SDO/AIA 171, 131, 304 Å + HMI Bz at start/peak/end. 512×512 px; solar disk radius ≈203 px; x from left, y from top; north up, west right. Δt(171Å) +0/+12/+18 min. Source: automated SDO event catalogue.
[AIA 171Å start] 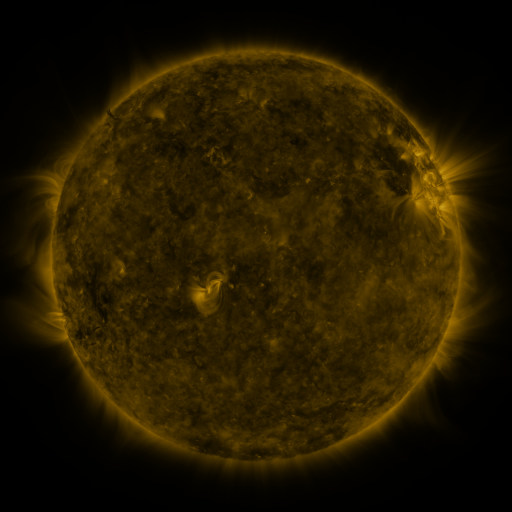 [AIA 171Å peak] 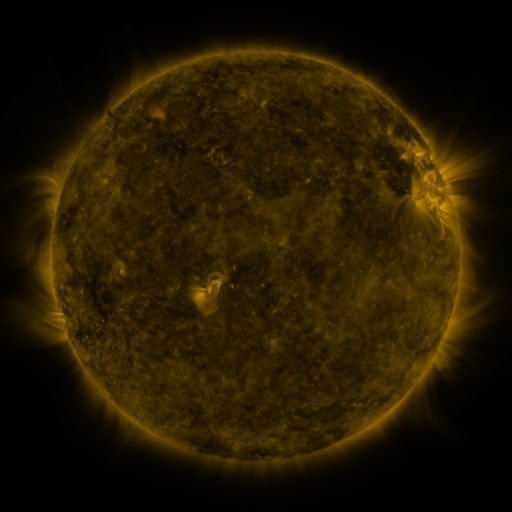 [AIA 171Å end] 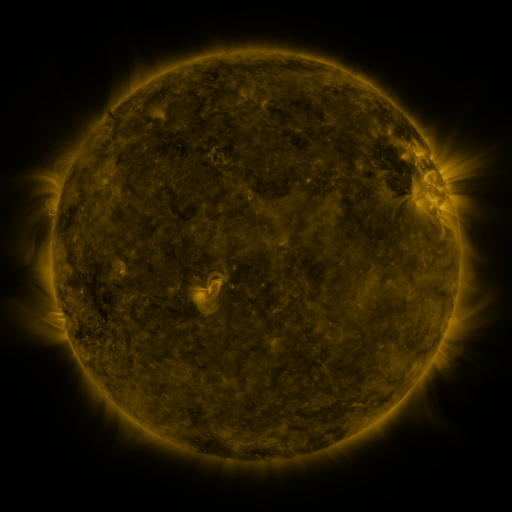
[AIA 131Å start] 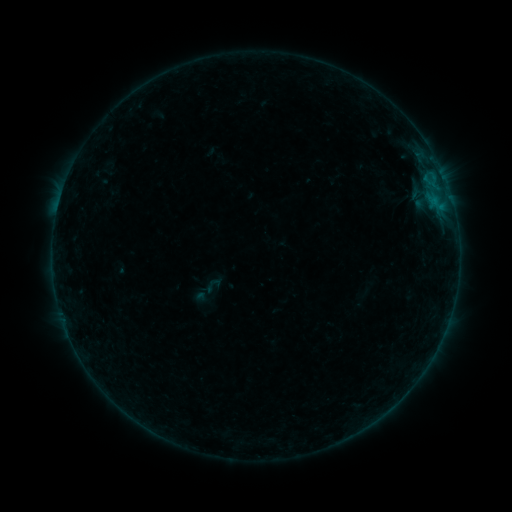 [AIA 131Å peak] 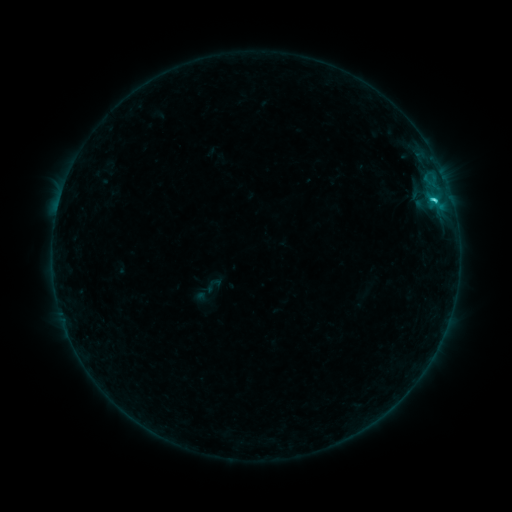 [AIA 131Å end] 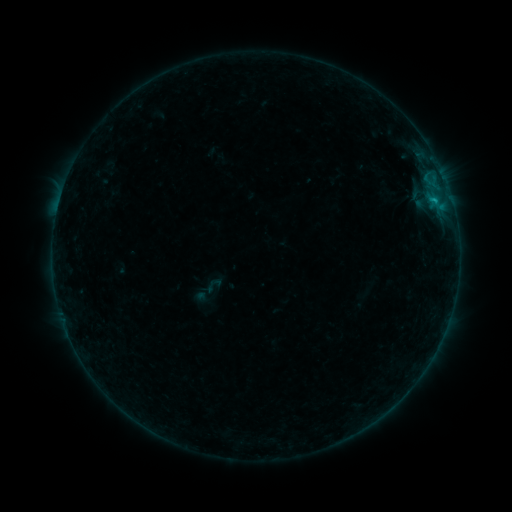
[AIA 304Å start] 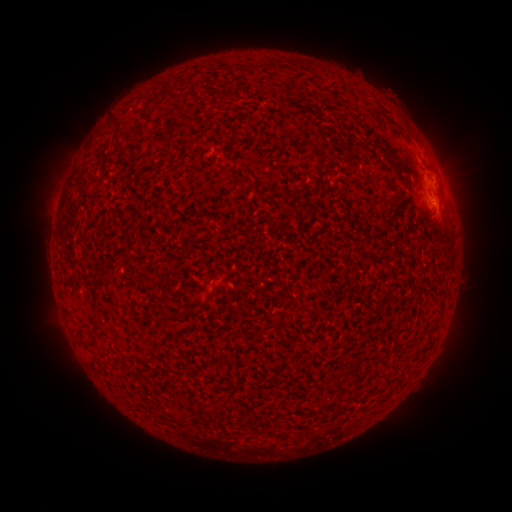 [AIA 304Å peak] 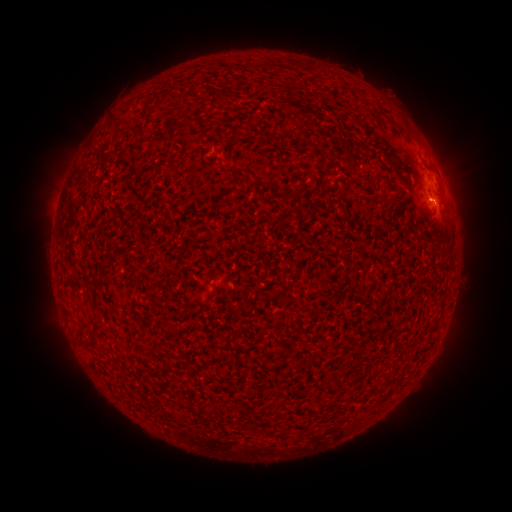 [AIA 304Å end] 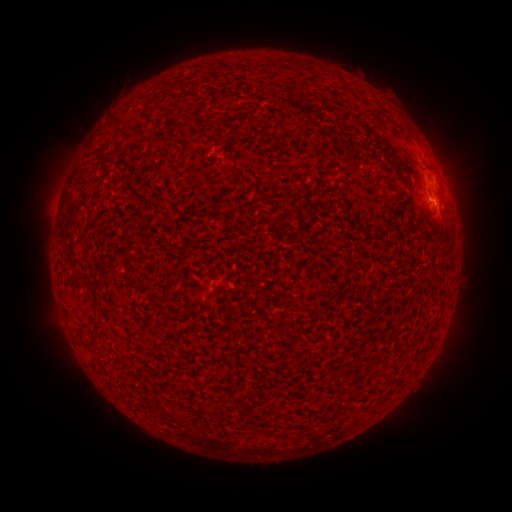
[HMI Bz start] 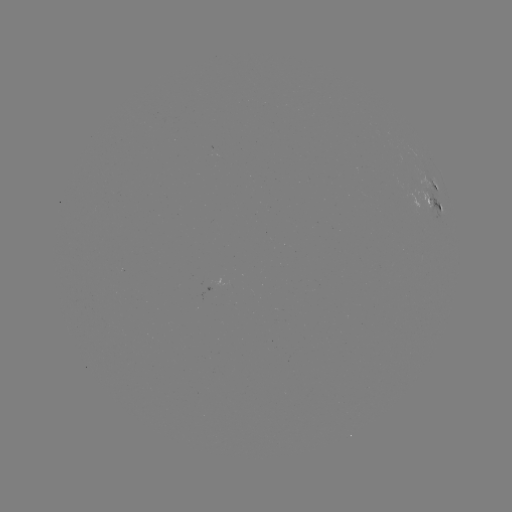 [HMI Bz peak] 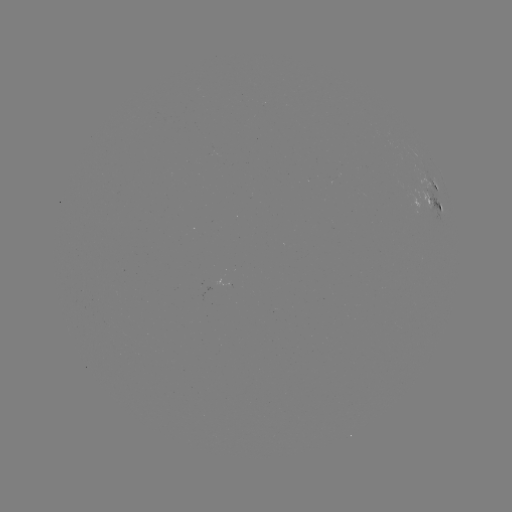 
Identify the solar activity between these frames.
C1.2 flare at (431, 202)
